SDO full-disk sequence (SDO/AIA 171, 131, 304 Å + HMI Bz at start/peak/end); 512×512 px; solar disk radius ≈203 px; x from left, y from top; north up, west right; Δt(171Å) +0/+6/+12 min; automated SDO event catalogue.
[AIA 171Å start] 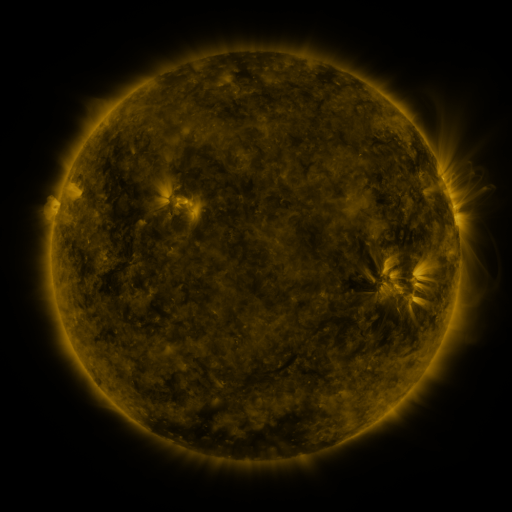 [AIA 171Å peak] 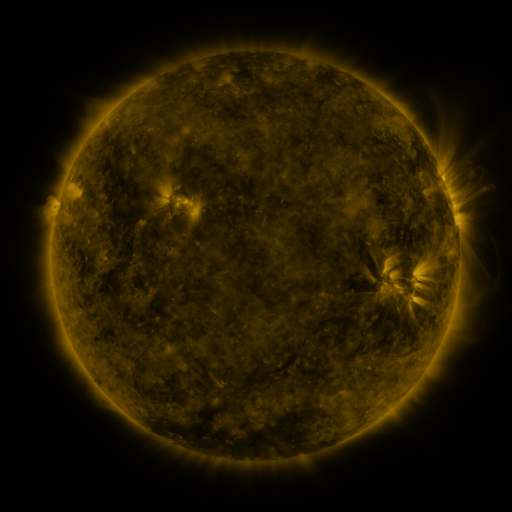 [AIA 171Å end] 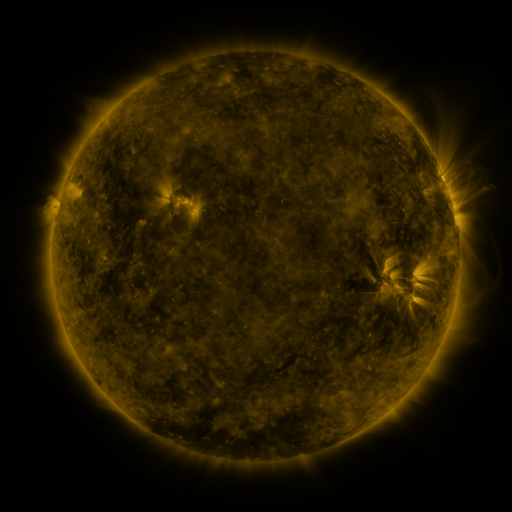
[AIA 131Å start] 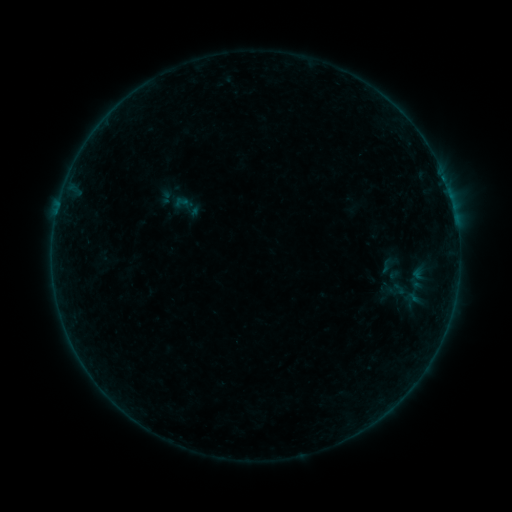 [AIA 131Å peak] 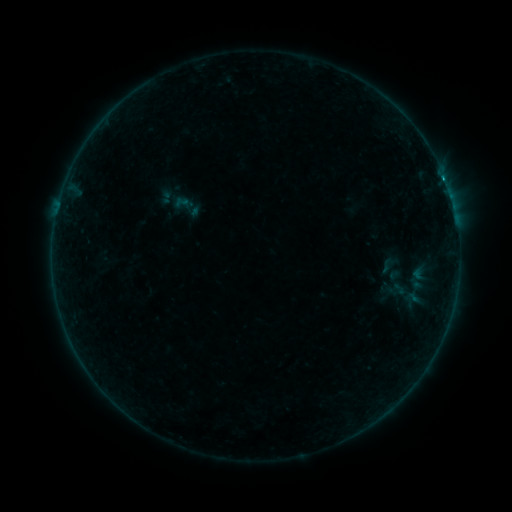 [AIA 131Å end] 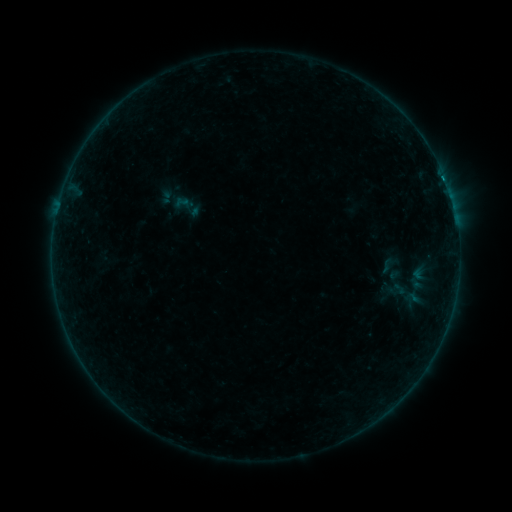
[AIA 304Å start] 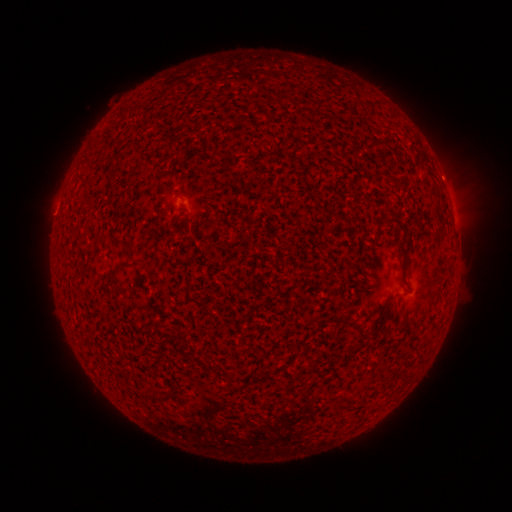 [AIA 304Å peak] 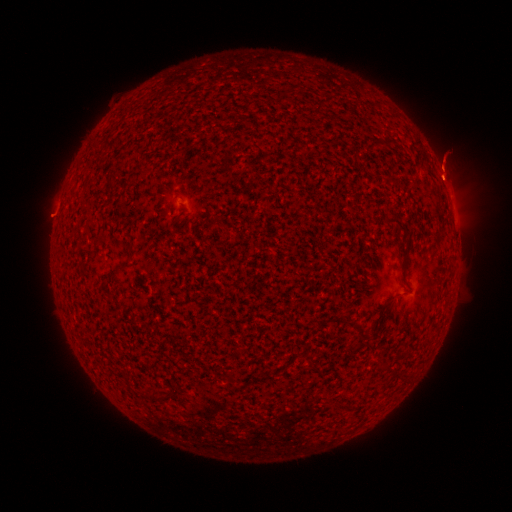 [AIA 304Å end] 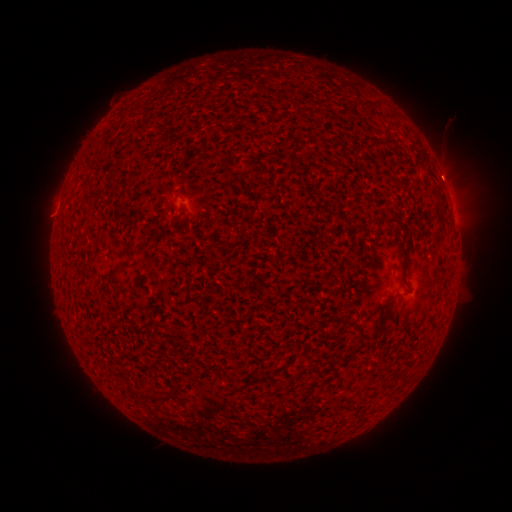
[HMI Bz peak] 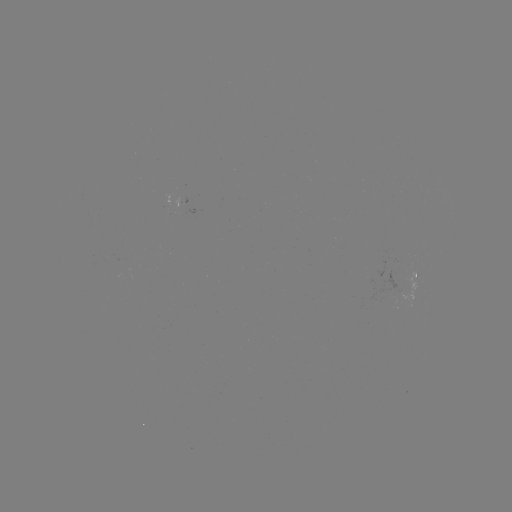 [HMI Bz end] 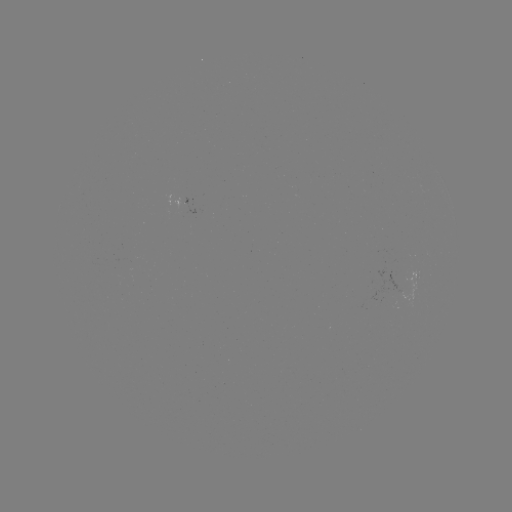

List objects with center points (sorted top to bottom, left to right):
eruption: (442, 160)
